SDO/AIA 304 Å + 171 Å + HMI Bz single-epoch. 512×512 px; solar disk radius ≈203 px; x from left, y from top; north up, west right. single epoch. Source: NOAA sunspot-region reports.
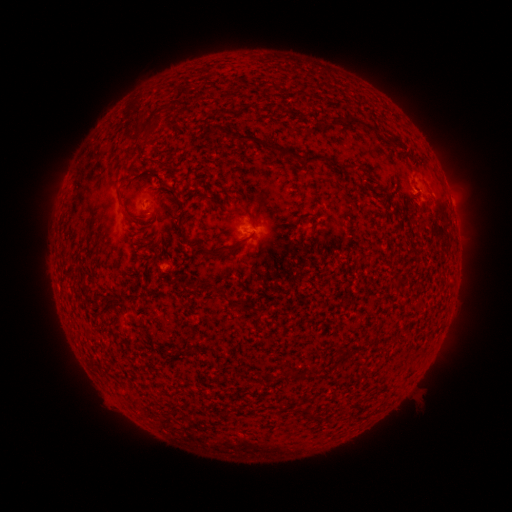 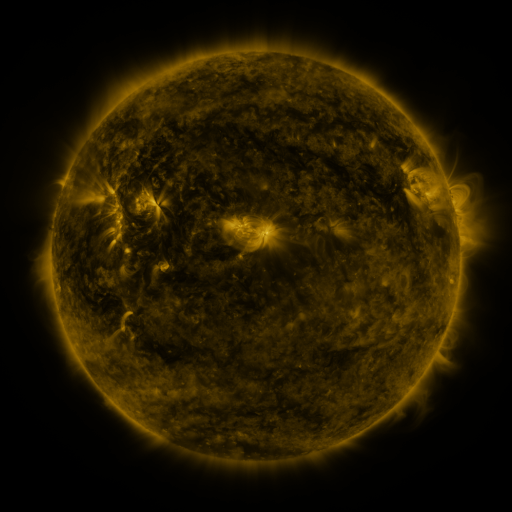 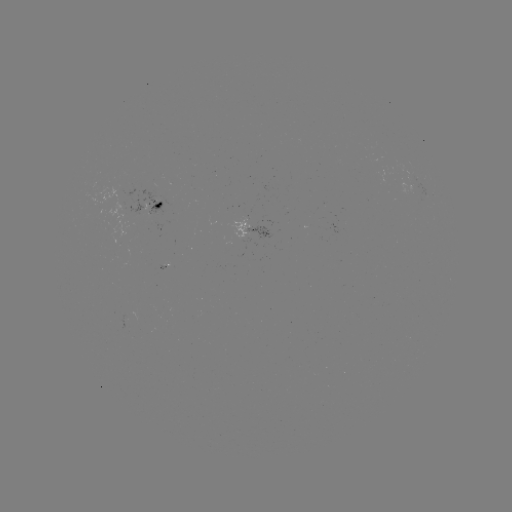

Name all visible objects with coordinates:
spotted active region: (408, 192)
spotted active region: (452, 203)
spotted active region: (162, 206)
spotted active region: (256, 229)
